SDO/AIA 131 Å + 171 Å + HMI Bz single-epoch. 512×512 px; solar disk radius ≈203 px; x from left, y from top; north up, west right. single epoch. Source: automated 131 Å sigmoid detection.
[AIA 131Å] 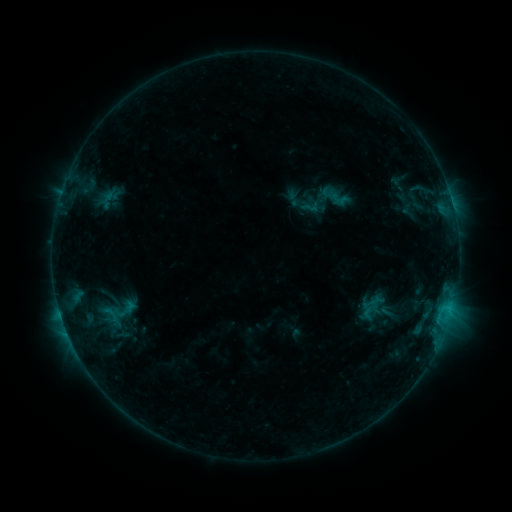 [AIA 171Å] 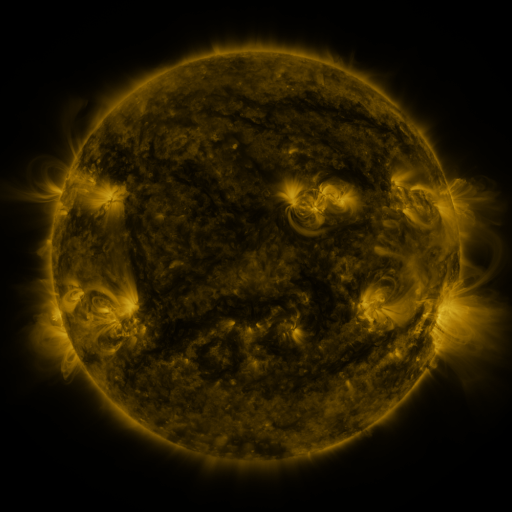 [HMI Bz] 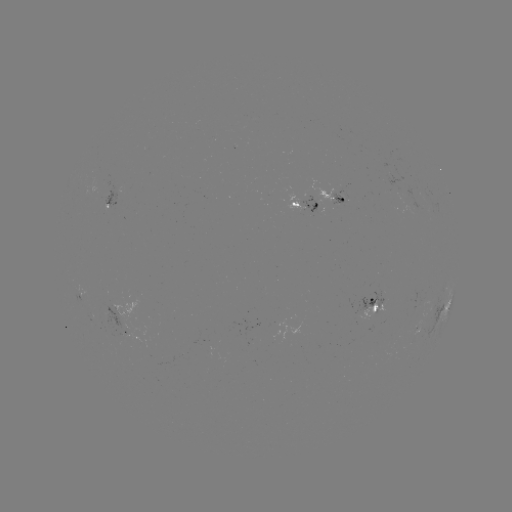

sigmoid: (97, 305, 124, 323)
